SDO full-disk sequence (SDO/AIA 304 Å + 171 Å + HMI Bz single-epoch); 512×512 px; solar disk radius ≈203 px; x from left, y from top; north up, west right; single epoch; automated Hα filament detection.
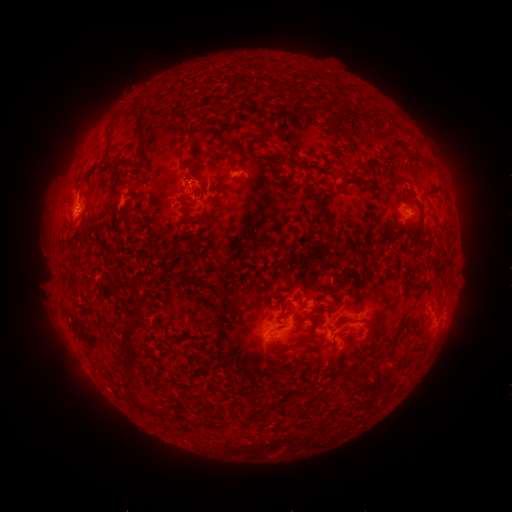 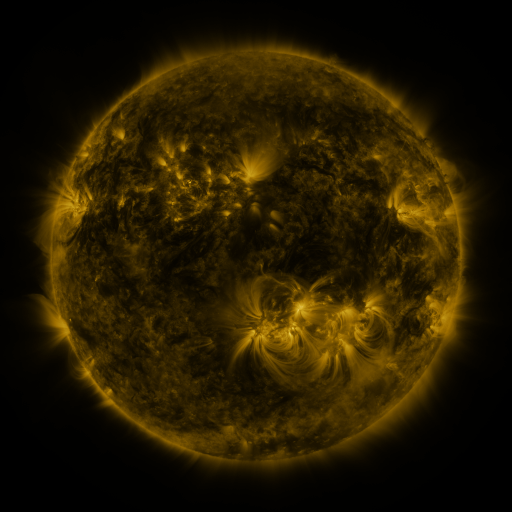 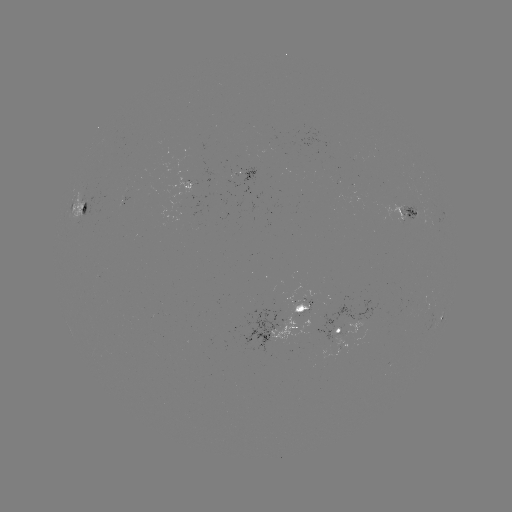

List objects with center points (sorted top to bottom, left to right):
filament: (136, 114, 146, 142)
filament: (340, 131, 351, 143)
filament: (222, 138, 248, 154)
filament: (256, 153, 271, 162)
filament: (298, 162, 314, 170)
filament: (305, 188, 326, 216)
filament: (80, 202, 89, 213)
filament: (318, 217, 336, 233)
filament: (403, 217, 414, 229)
filament: (126, 312, 145, 338)
filament: (333, 327, 341, 336)
filament: (126, 348, 139, 360)
